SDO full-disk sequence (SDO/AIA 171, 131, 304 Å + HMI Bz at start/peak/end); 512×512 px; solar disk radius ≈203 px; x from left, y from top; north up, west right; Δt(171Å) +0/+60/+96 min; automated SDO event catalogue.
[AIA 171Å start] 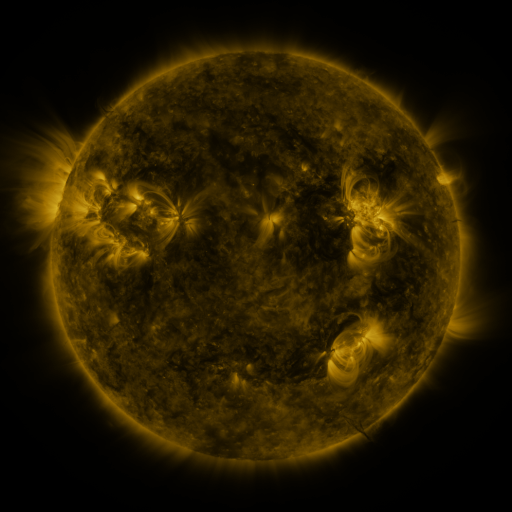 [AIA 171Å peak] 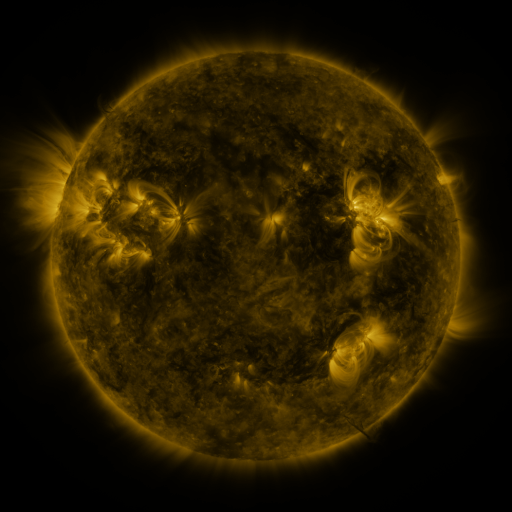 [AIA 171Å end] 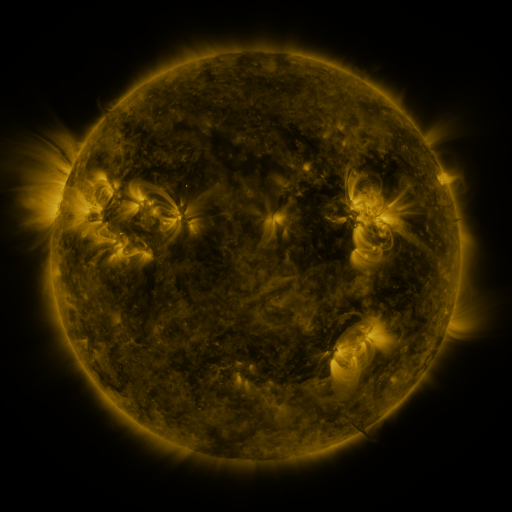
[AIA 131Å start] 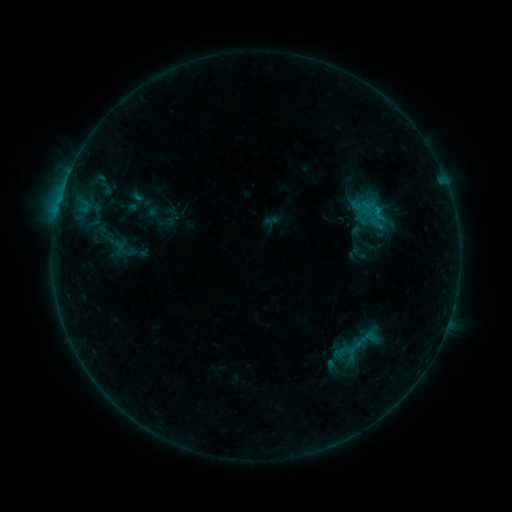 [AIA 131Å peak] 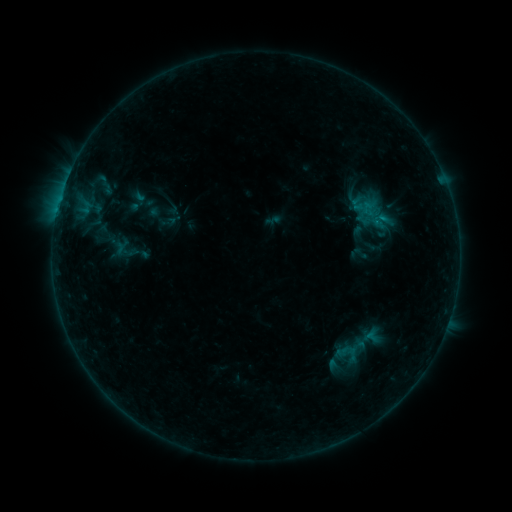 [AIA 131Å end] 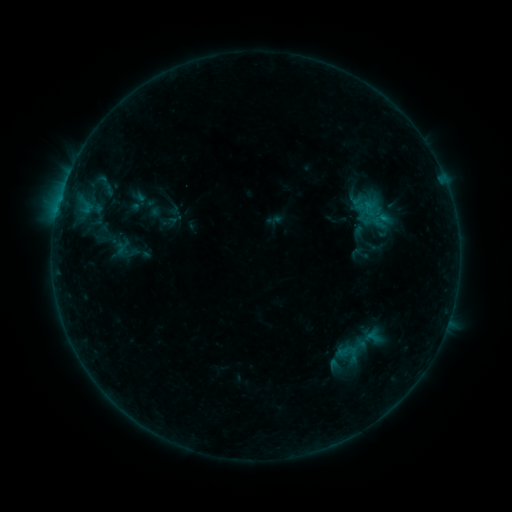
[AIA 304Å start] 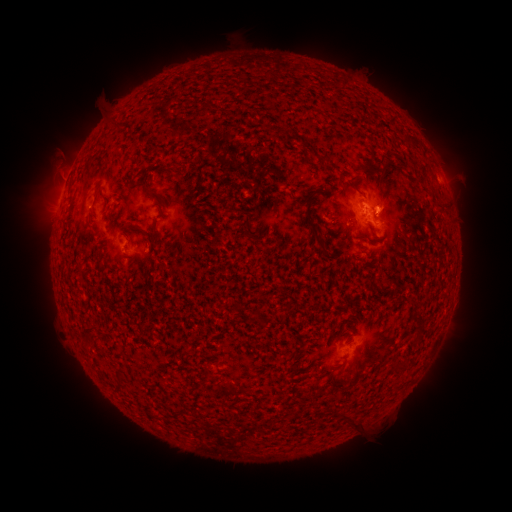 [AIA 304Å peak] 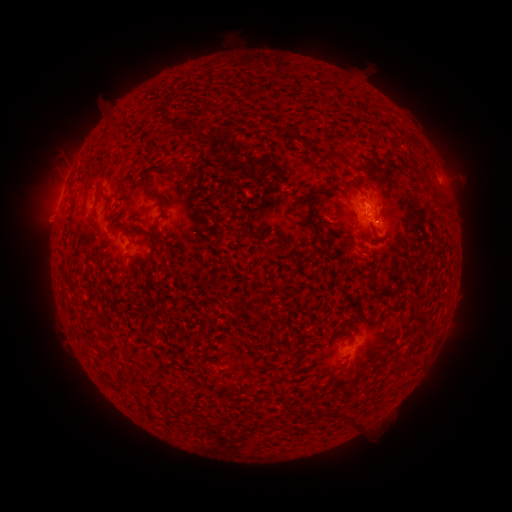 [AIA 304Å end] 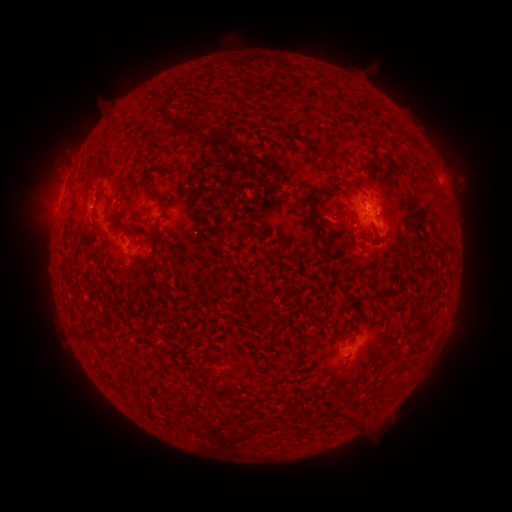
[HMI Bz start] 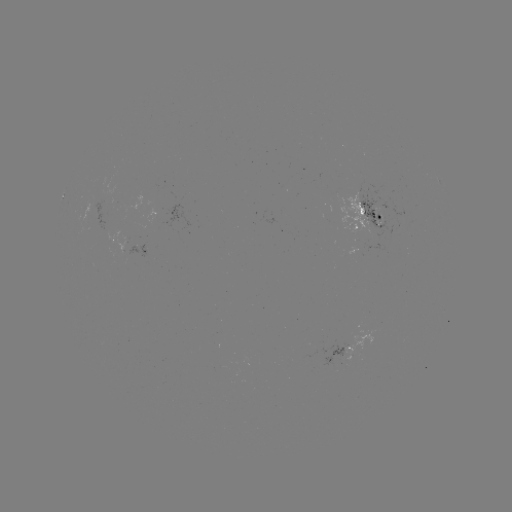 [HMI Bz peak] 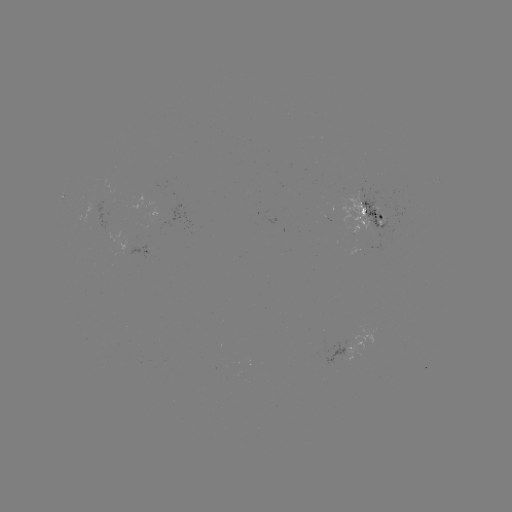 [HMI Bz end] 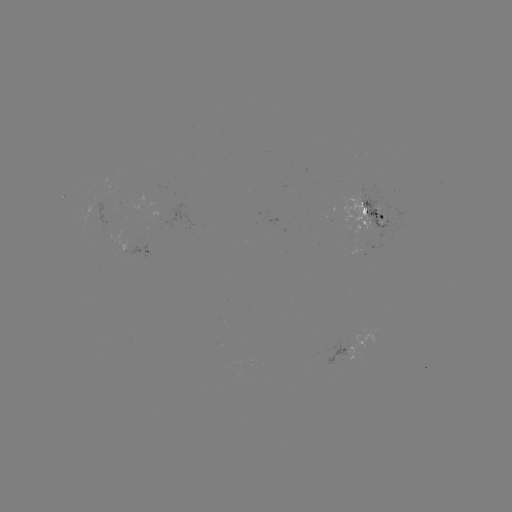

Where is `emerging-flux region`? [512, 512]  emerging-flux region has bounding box [321, 341, 349, 365].